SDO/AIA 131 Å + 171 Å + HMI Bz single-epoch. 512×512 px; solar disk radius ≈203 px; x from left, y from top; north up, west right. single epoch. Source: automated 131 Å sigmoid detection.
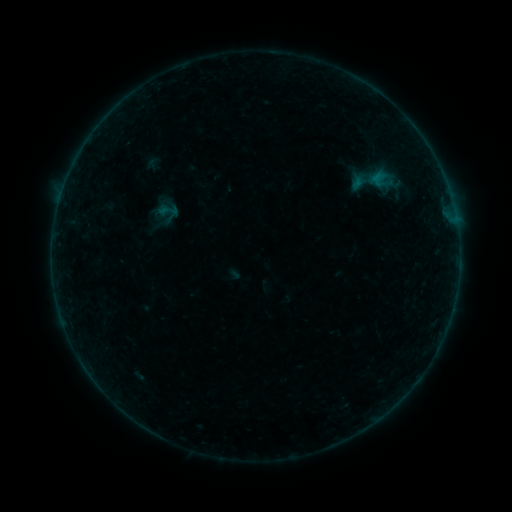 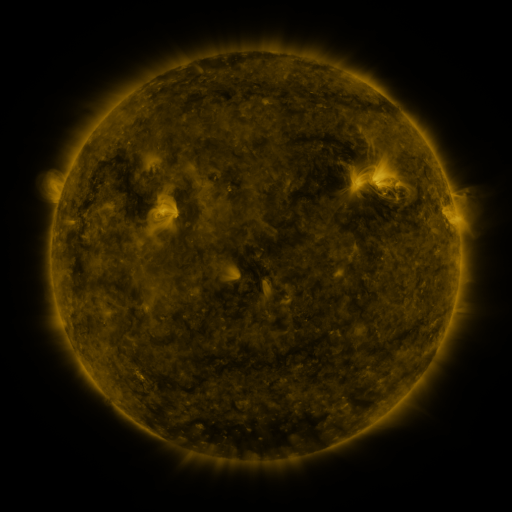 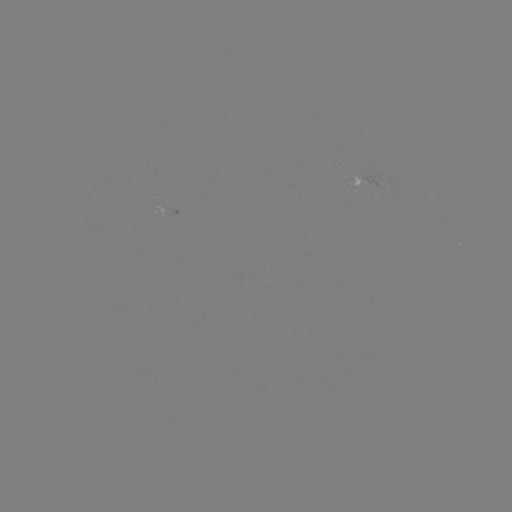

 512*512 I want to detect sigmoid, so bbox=[158, 201, 178, 220].